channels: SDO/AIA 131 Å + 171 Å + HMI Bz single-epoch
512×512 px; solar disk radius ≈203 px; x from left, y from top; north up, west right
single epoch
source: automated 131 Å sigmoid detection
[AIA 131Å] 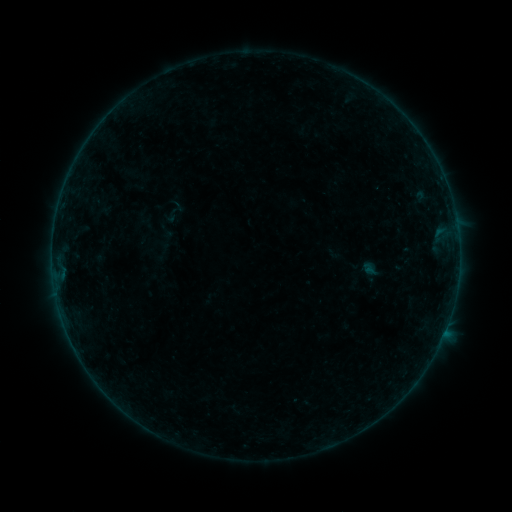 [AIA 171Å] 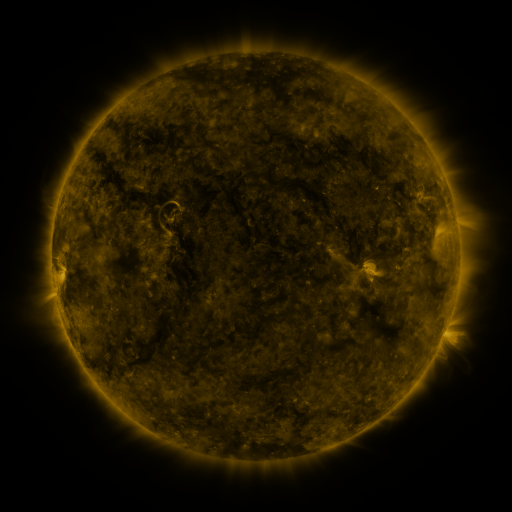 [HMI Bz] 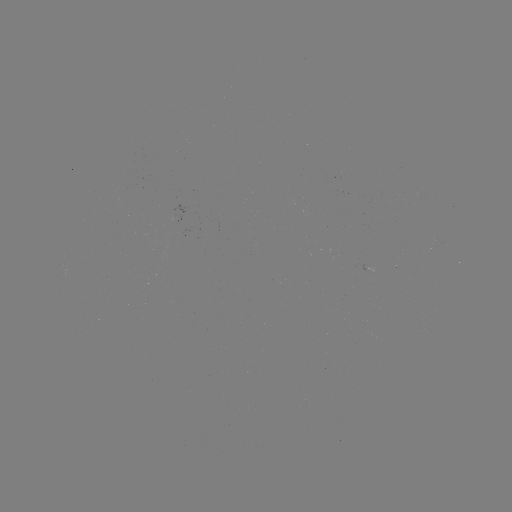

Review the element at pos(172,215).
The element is sigmoid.